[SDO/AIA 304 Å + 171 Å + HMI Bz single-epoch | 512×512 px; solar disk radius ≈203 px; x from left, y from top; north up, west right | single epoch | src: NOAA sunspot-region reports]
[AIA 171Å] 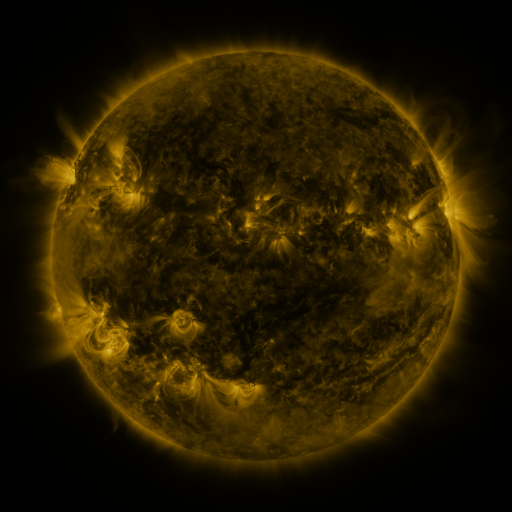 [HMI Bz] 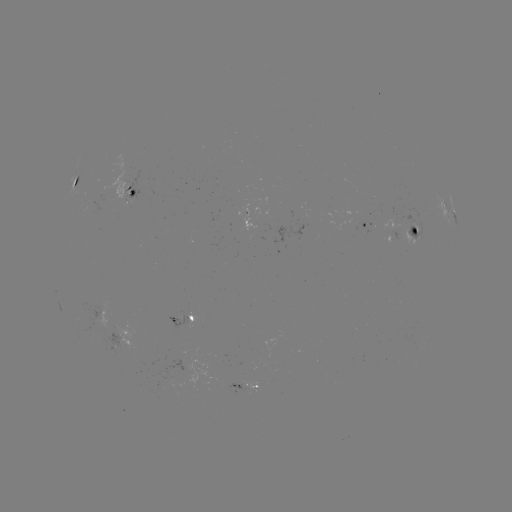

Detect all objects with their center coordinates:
spotted active region: (74, 186)
spotted active region: (131, 189)
spotted active region: (453, 212)
spotted active region: (259, 225)
spotted active region: (366, 225)
spotted active region: (407, 232)
spotted active region: (187, 319)
spotted active region: (249, 383)
